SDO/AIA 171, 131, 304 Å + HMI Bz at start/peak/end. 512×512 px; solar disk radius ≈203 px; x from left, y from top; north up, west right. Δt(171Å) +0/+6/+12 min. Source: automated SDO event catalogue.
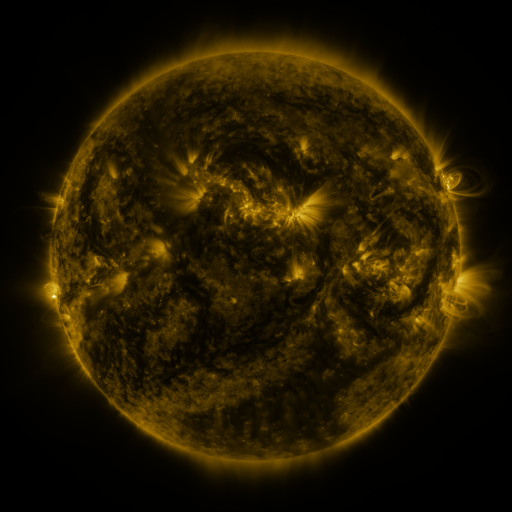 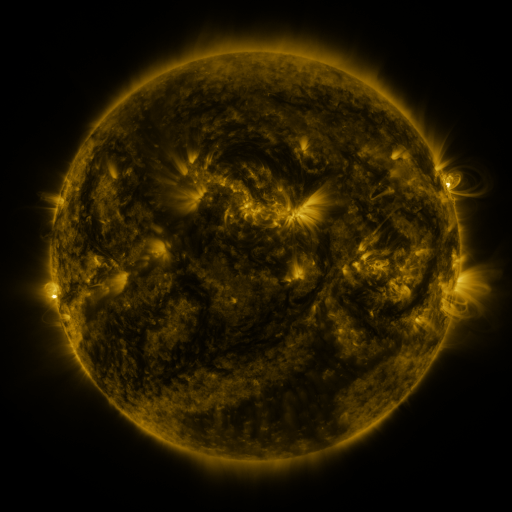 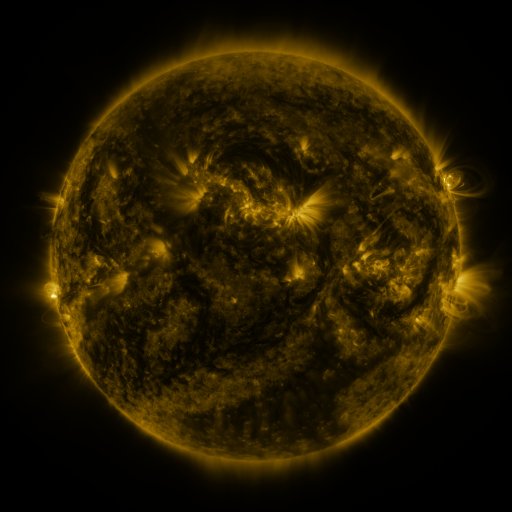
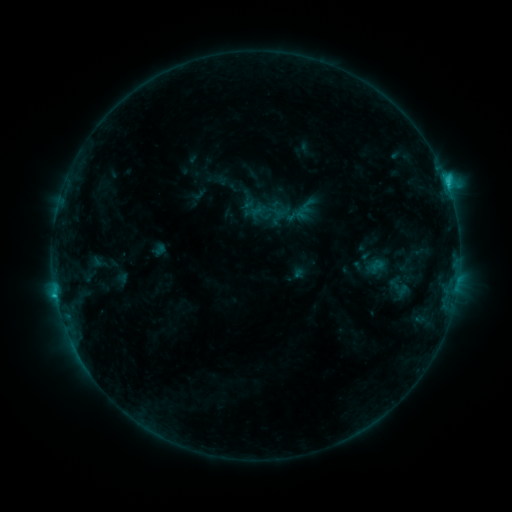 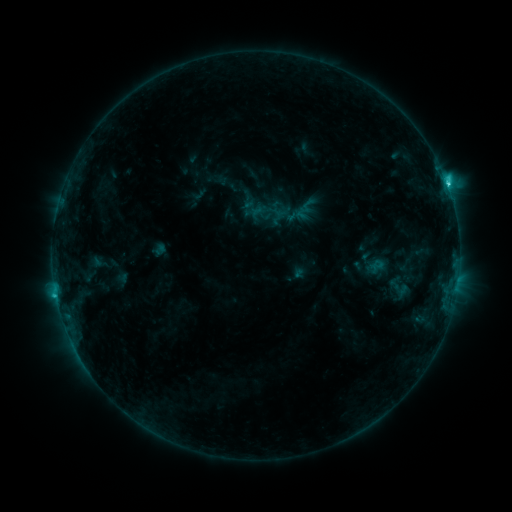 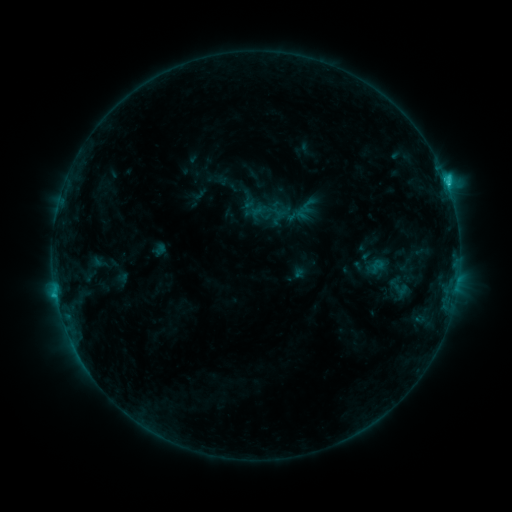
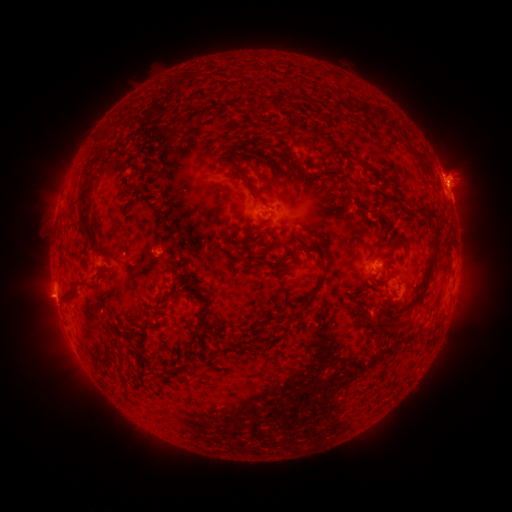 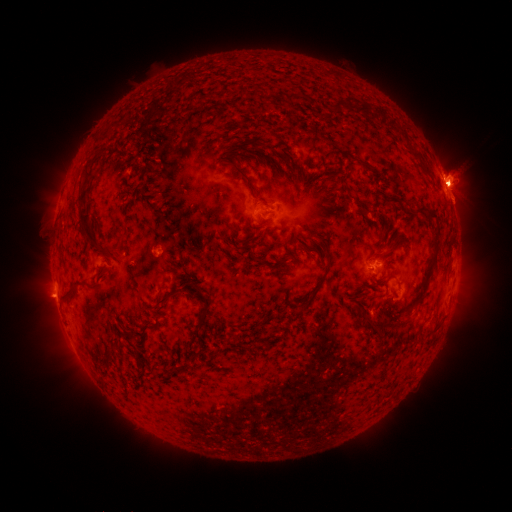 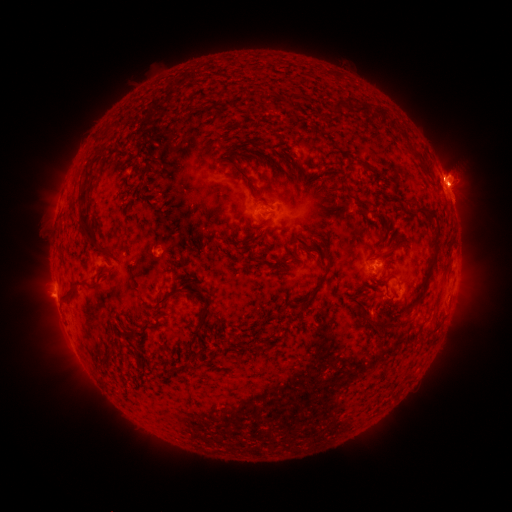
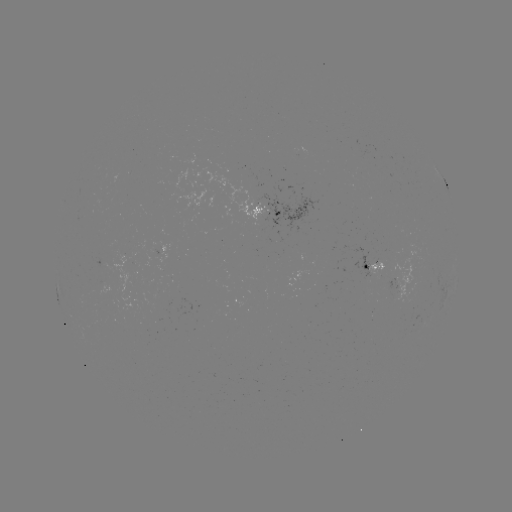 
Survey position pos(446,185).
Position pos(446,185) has C3.1 flare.